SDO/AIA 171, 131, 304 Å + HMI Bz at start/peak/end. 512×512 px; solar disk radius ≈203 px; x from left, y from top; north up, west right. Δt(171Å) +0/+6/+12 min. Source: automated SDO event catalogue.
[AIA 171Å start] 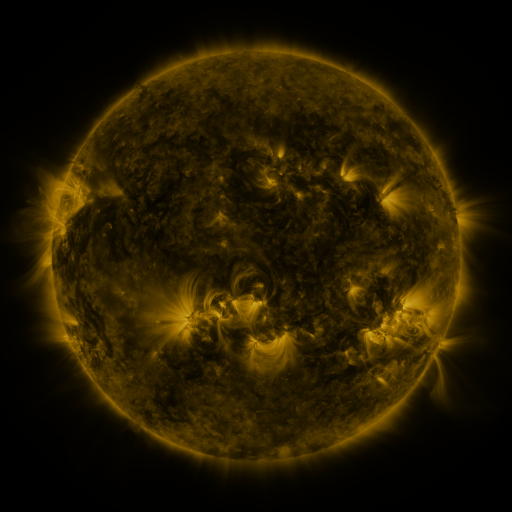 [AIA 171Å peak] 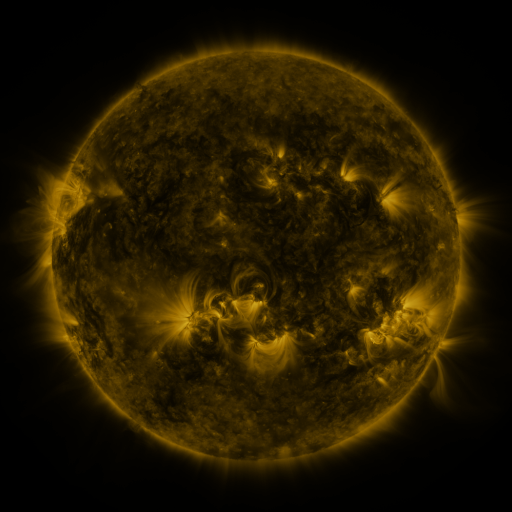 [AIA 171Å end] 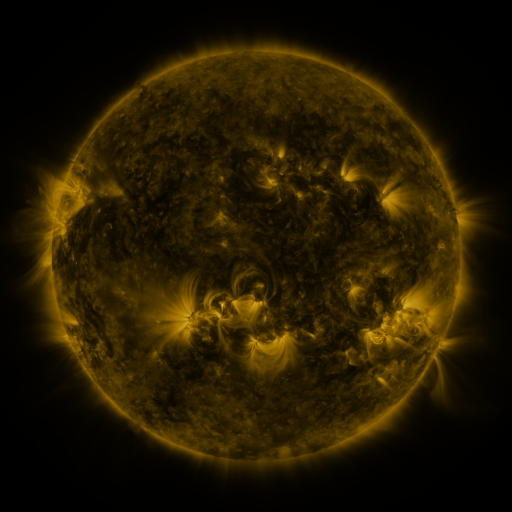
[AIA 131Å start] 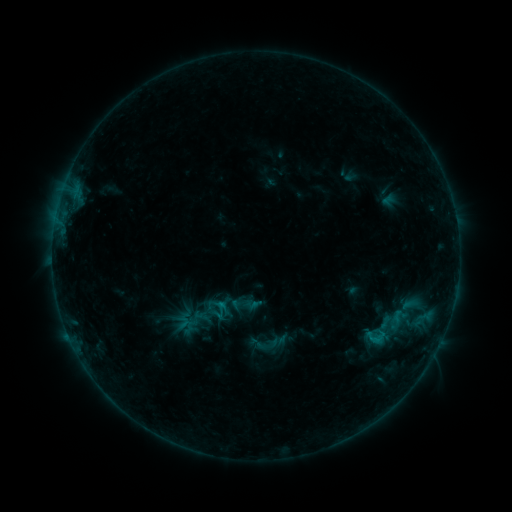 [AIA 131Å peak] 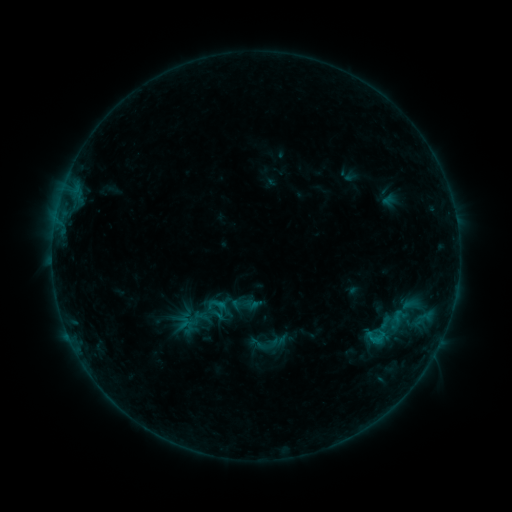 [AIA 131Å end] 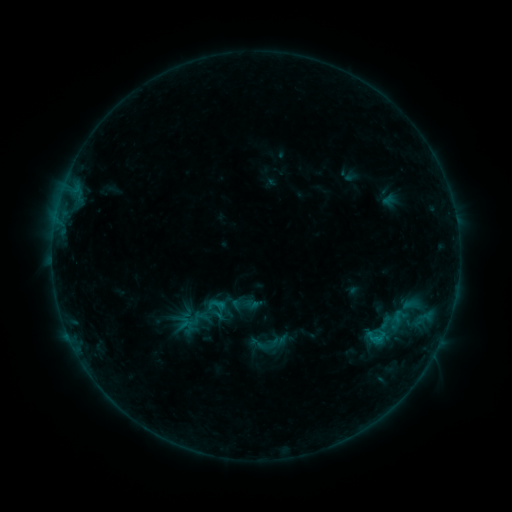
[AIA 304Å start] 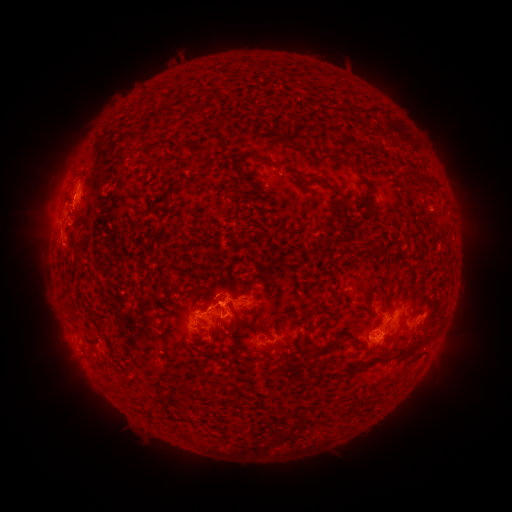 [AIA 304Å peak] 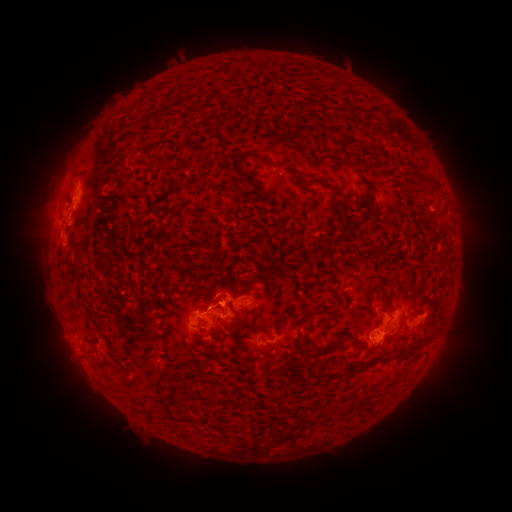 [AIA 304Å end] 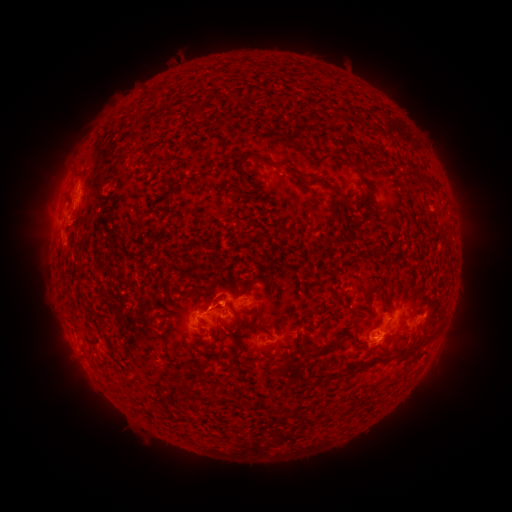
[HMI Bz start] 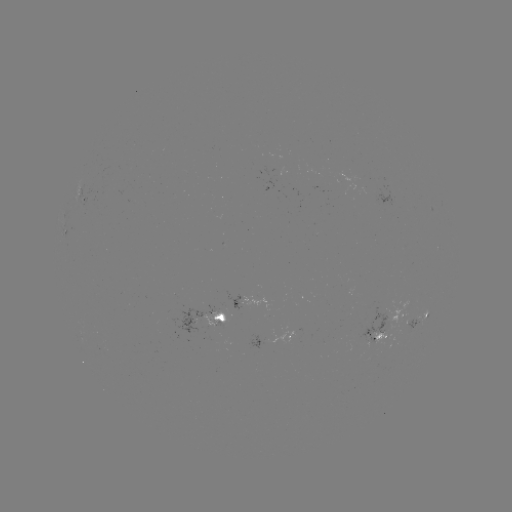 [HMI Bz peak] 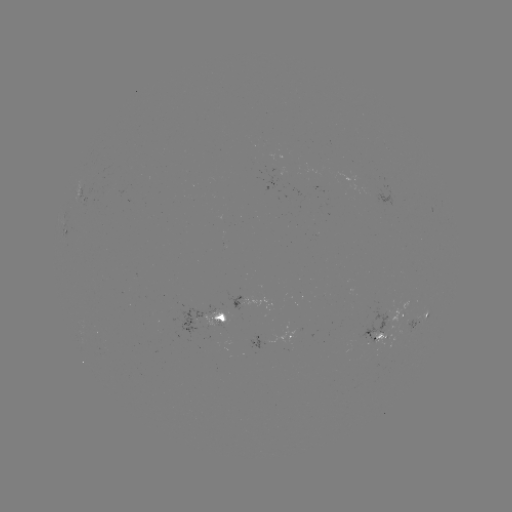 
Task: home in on eruption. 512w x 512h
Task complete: [71, 201].